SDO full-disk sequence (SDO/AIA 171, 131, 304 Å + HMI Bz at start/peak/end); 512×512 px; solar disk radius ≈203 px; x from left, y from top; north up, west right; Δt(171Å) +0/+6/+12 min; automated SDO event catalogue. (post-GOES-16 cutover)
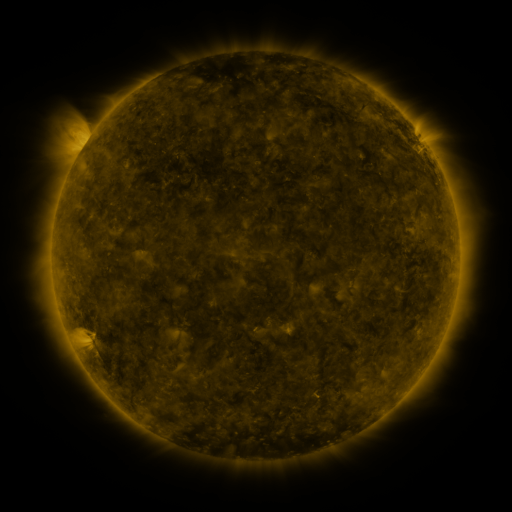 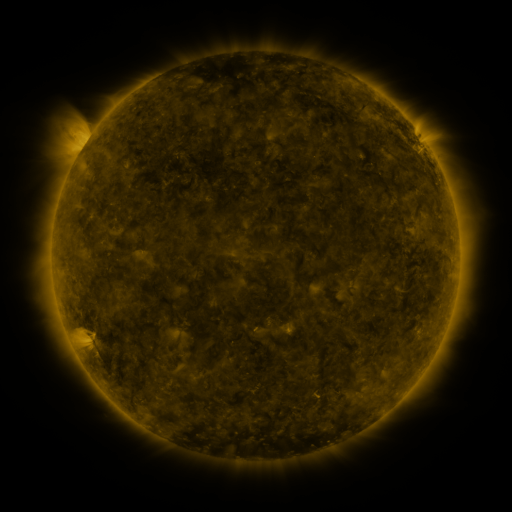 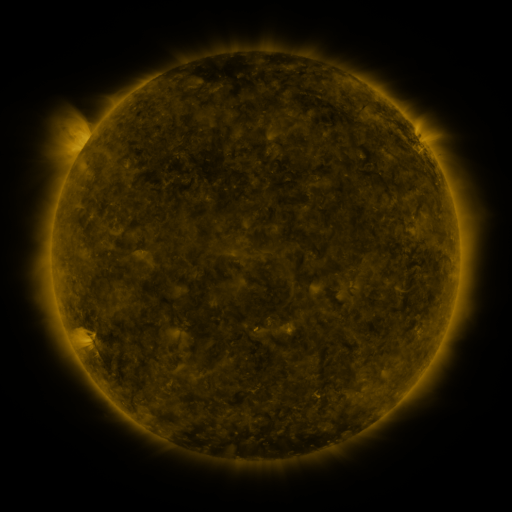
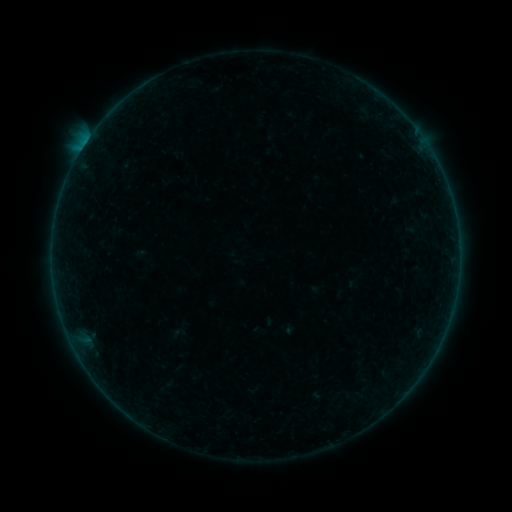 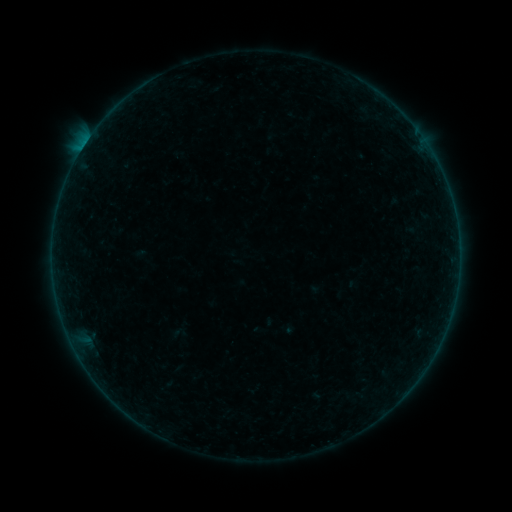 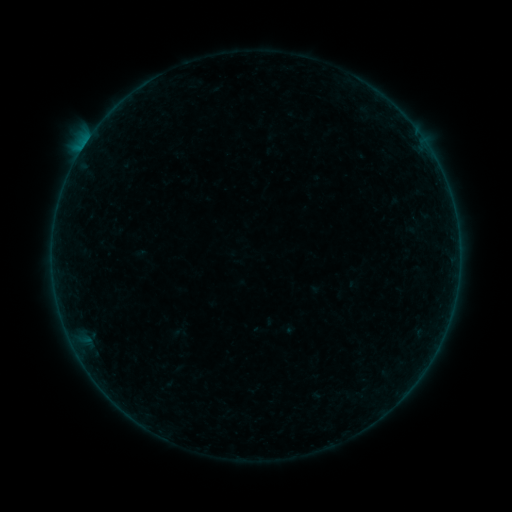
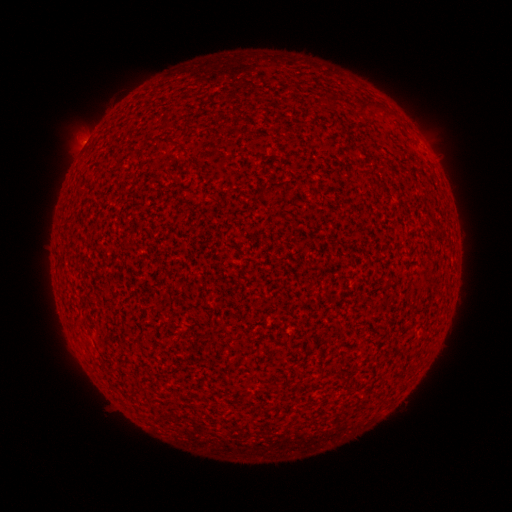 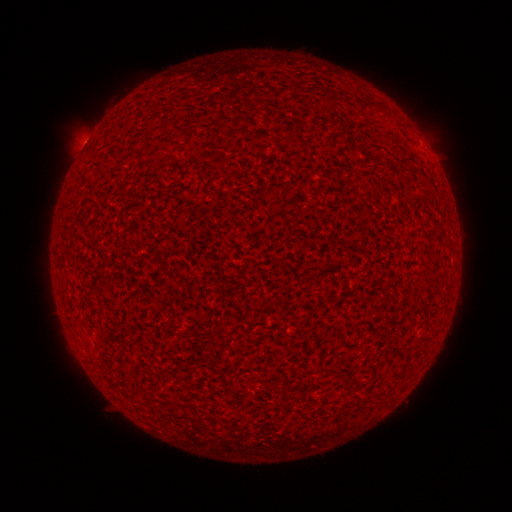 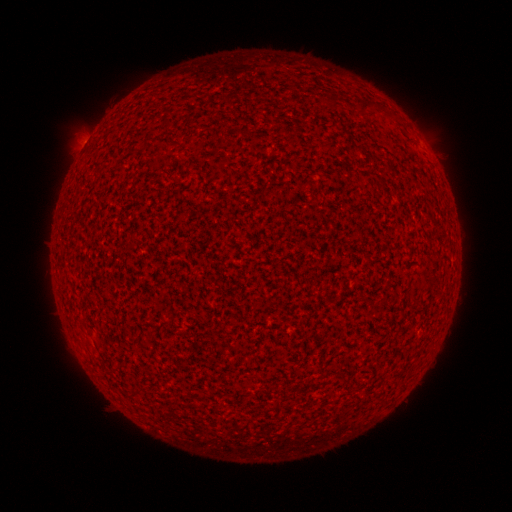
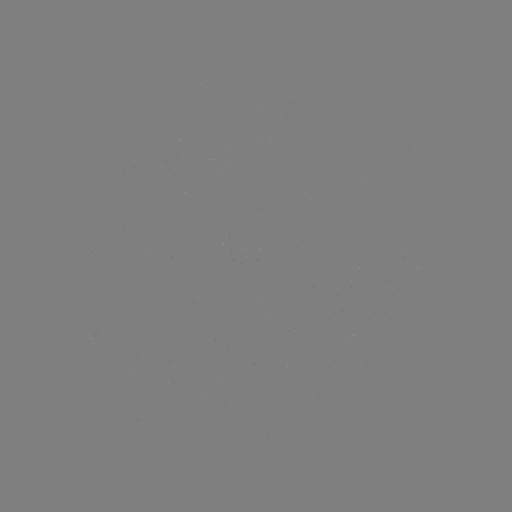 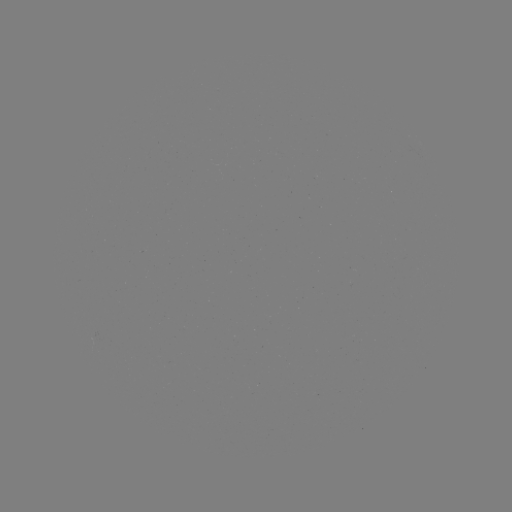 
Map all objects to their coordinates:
A9.8 flare: (83, 148)
